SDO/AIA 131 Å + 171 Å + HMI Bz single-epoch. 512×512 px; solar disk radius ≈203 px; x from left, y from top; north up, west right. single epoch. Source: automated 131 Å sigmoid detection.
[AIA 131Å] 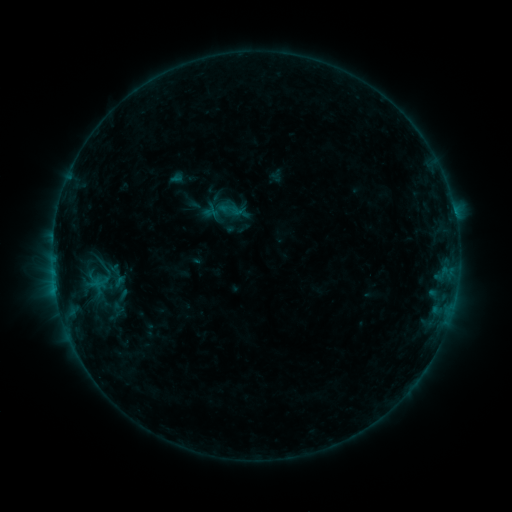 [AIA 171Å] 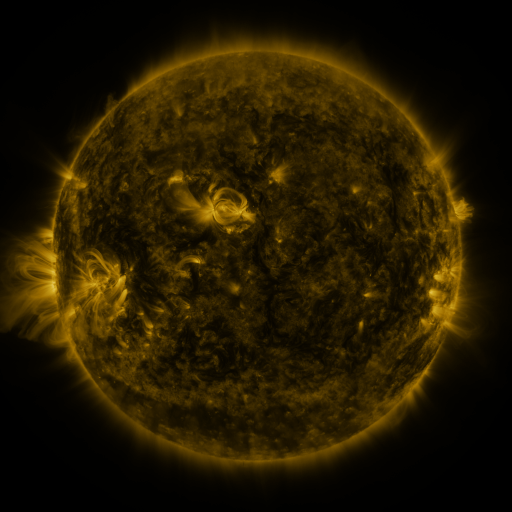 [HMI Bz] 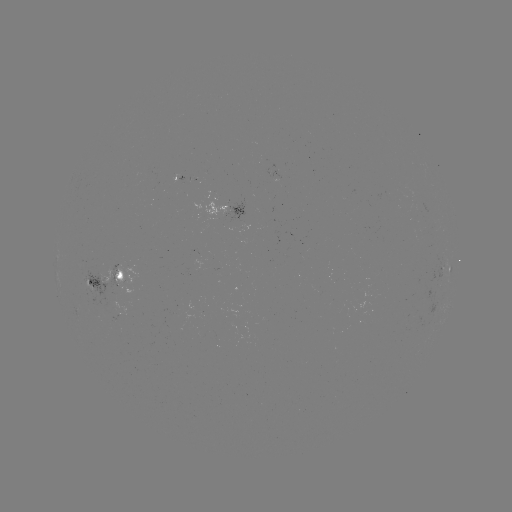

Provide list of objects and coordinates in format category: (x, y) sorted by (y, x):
sigmoid: (229, 209)
